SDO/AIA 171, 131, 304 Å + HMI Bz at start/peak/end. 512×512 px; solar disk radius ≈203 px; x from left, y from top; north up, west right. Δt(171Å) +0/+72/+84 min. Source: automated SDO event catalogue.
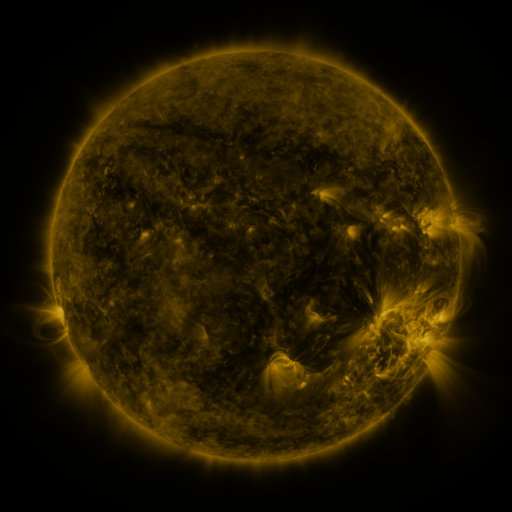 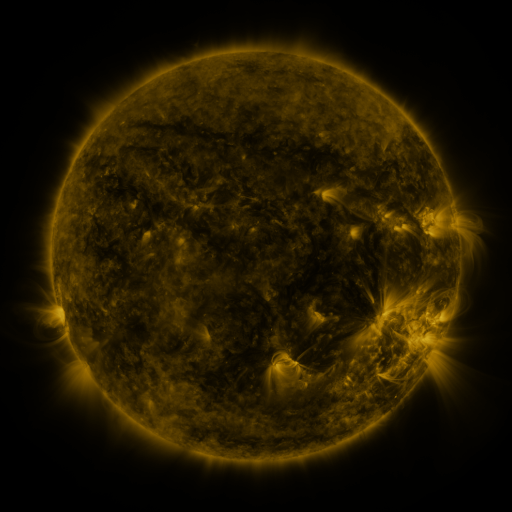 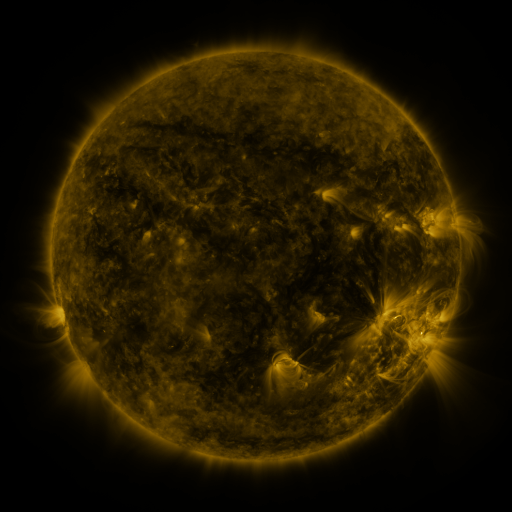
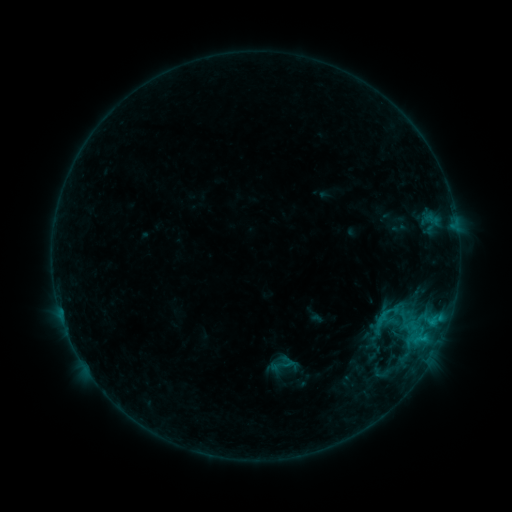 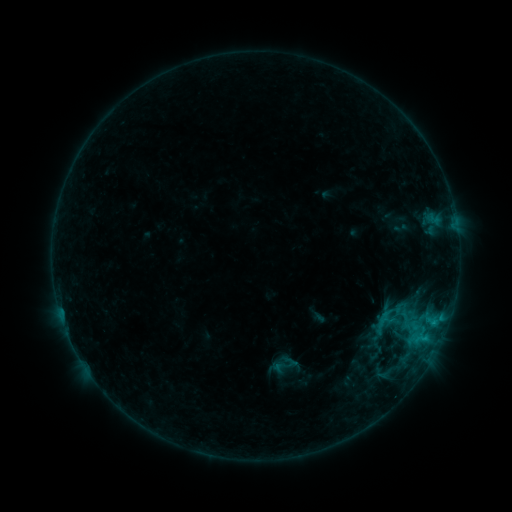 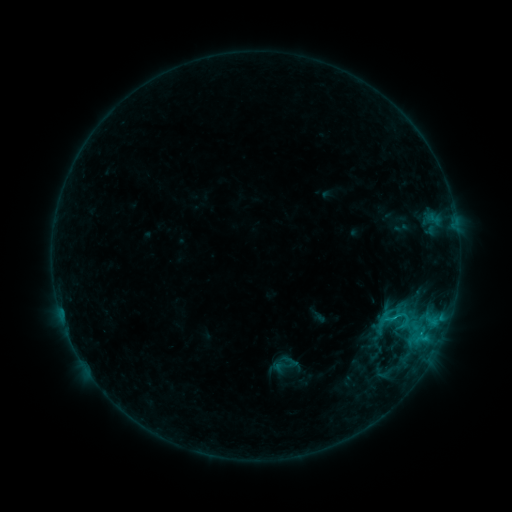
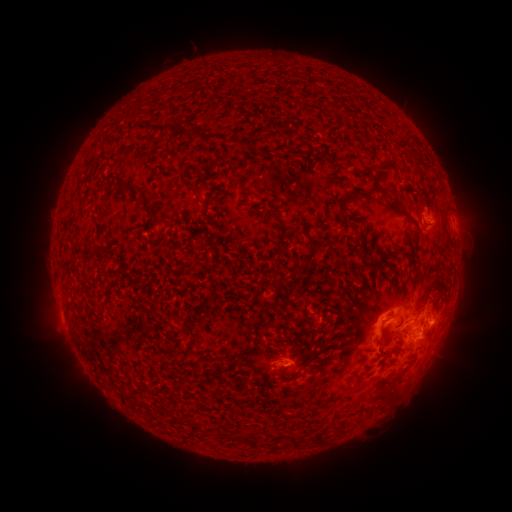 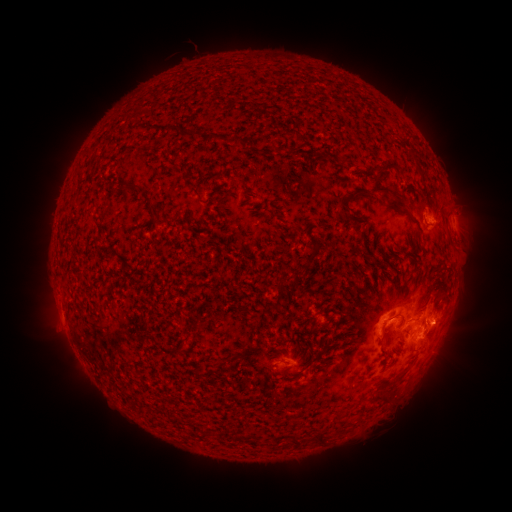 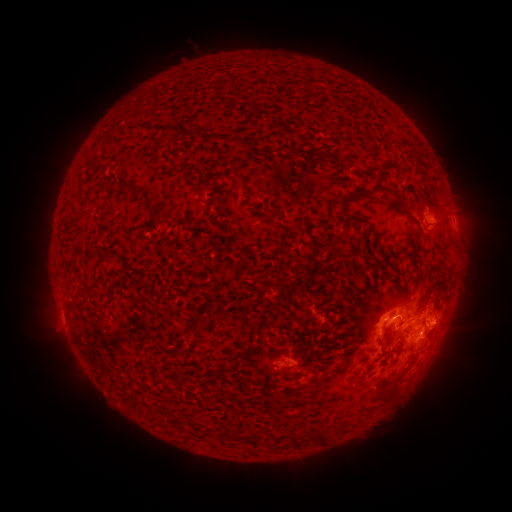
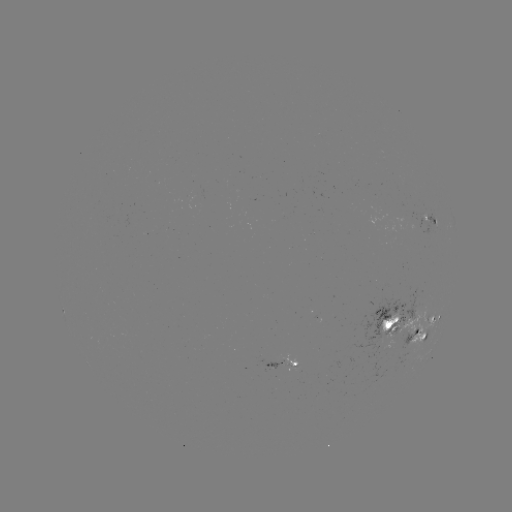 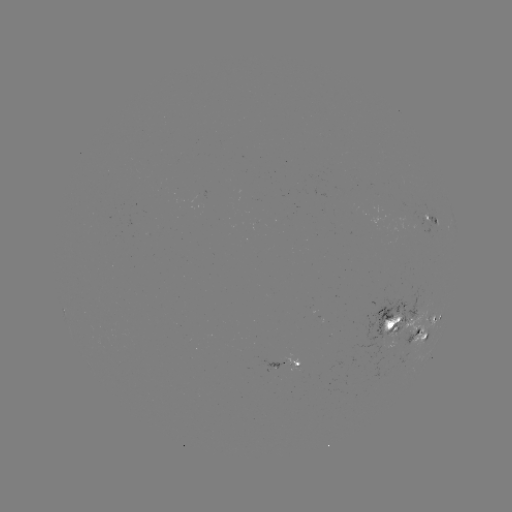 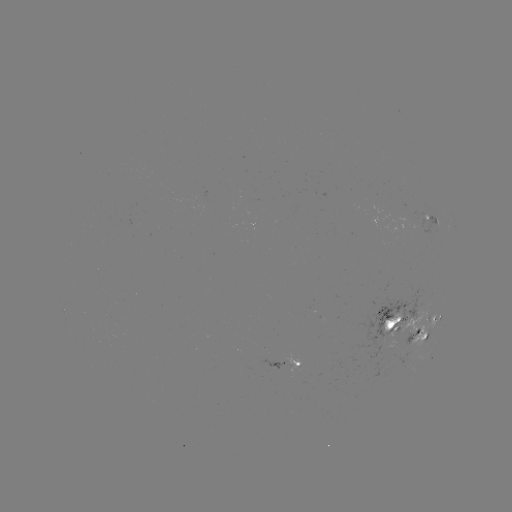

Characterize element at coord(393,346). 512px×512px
emerging-flux region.